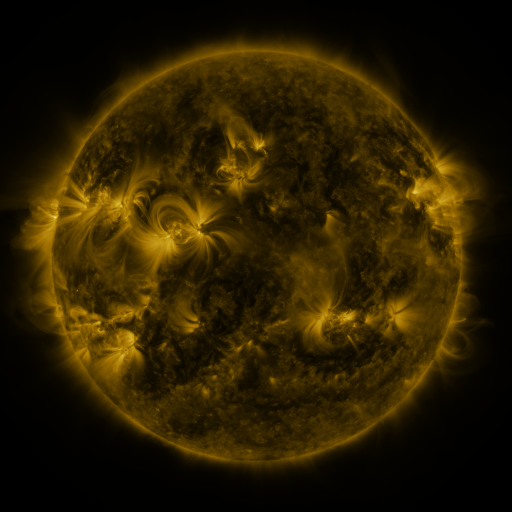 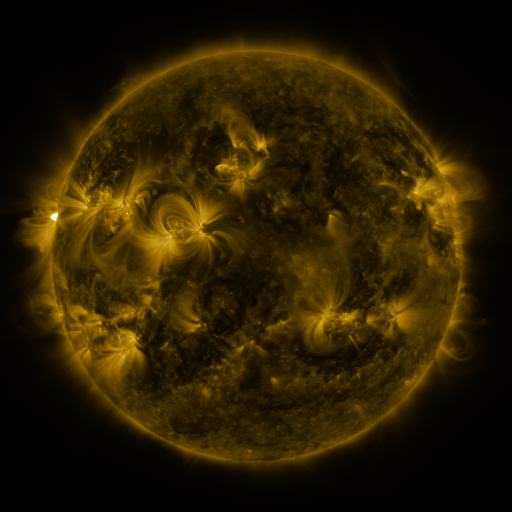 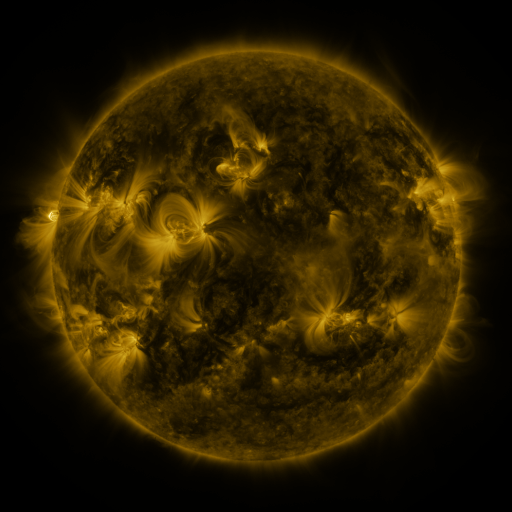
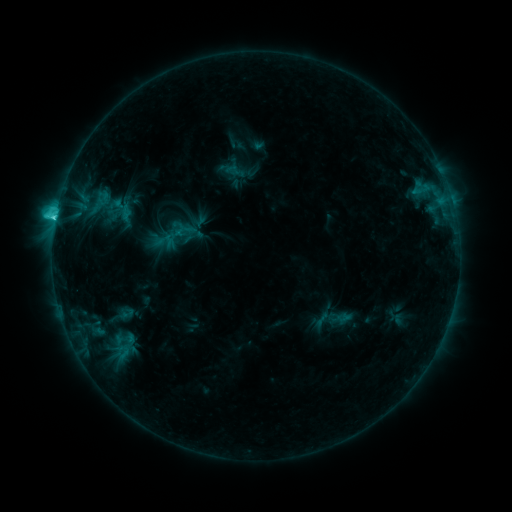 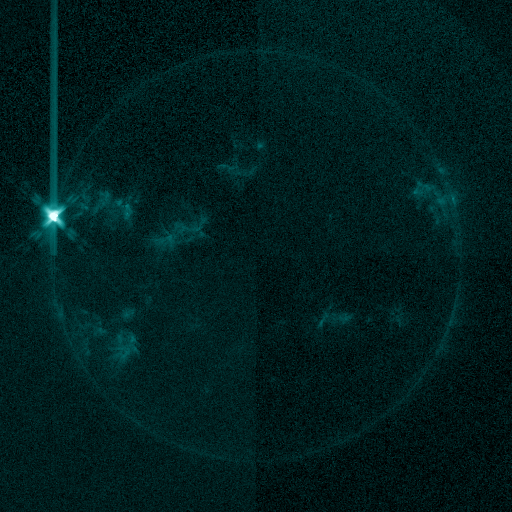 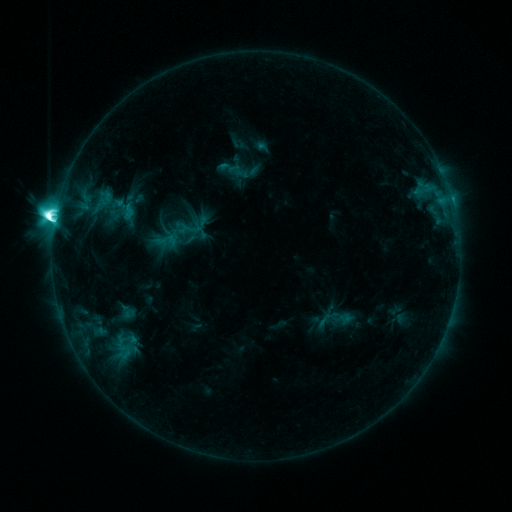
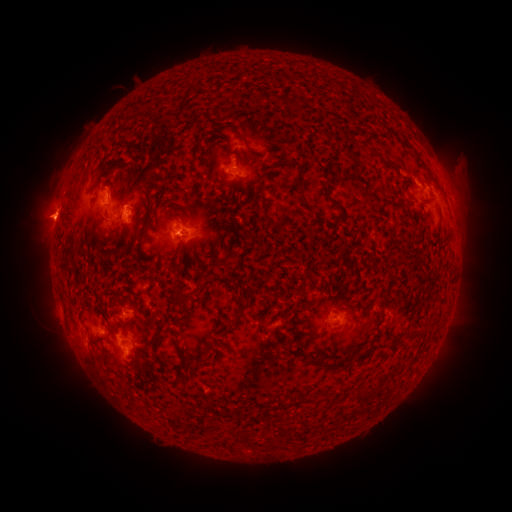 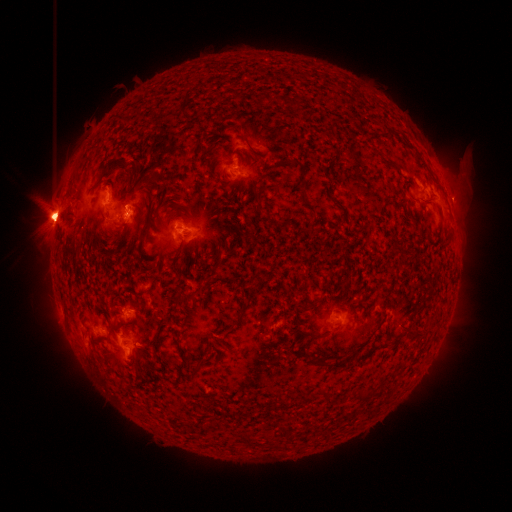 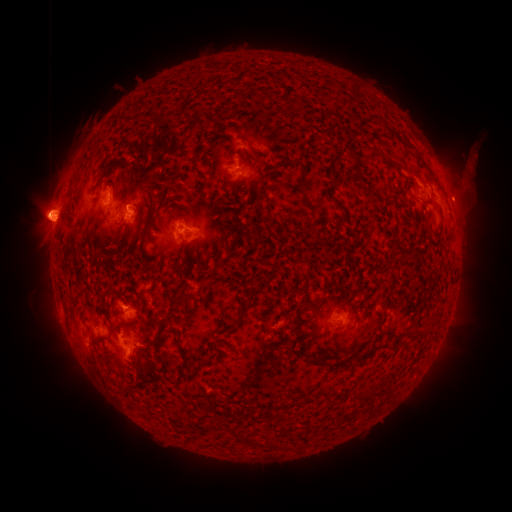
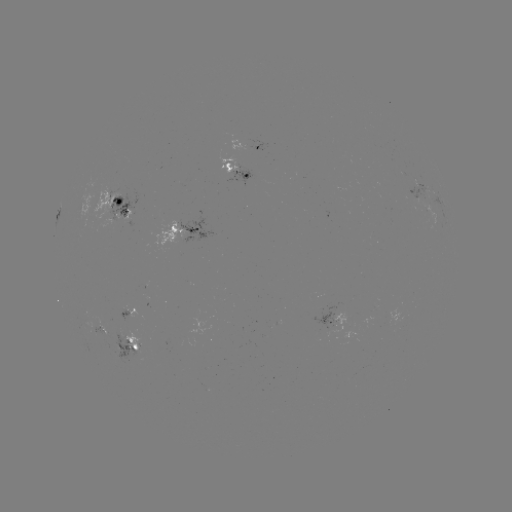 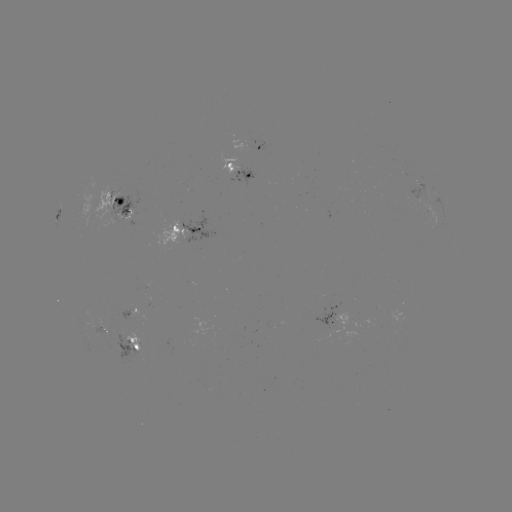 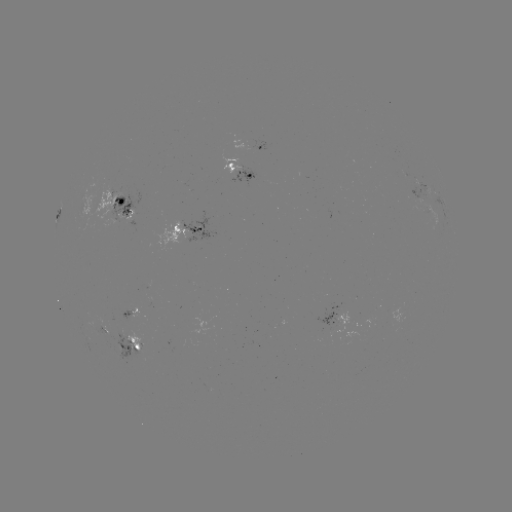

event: emerging-flux region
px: (252, 144)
